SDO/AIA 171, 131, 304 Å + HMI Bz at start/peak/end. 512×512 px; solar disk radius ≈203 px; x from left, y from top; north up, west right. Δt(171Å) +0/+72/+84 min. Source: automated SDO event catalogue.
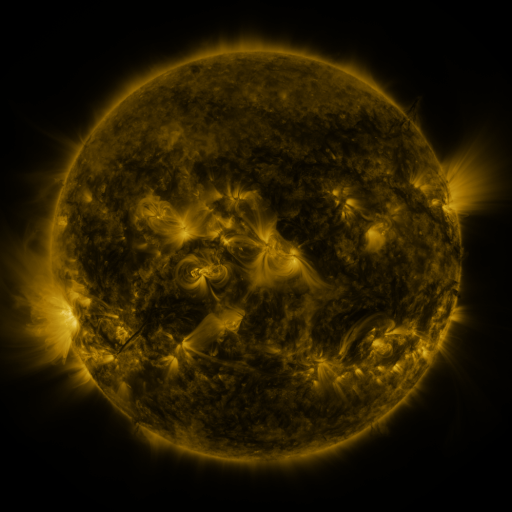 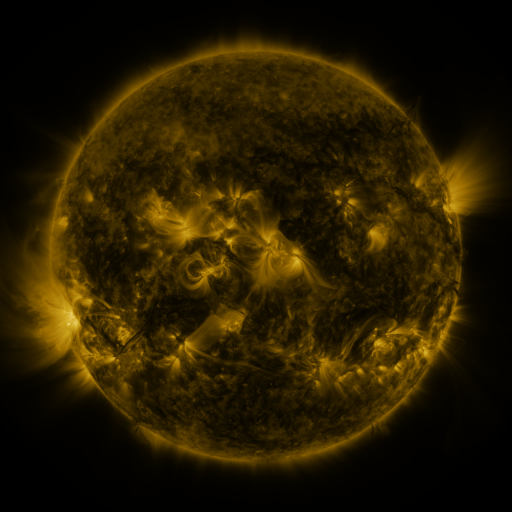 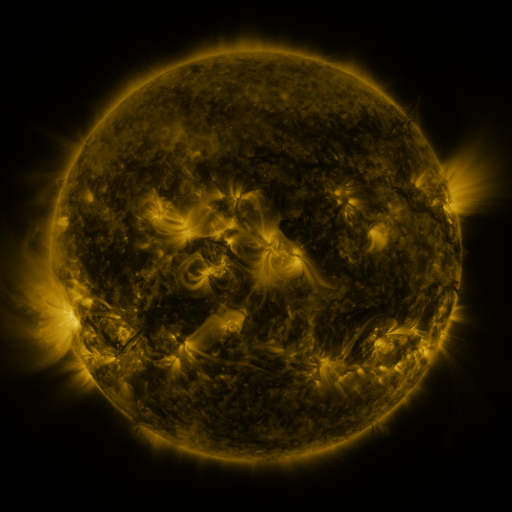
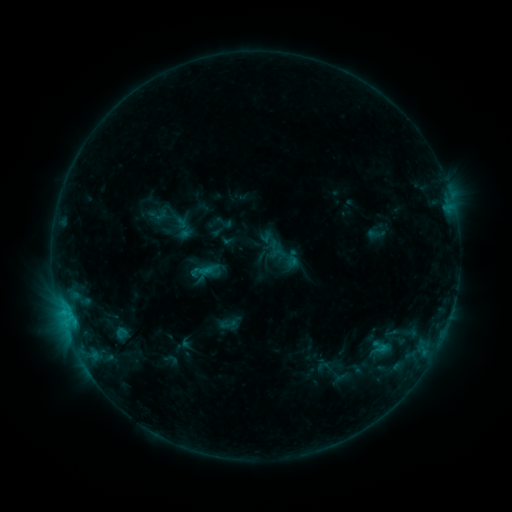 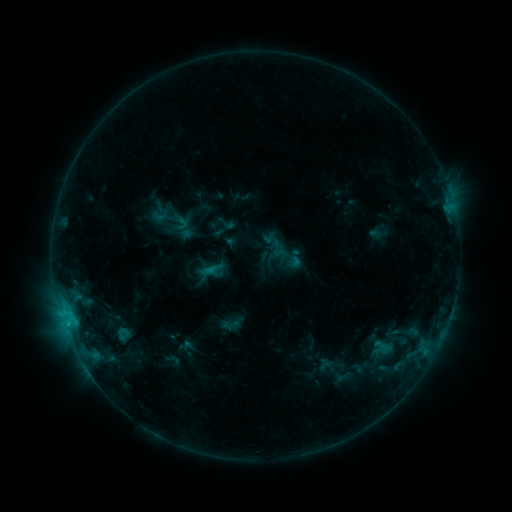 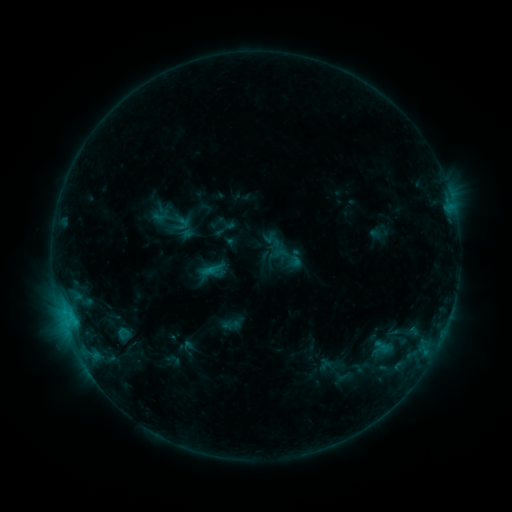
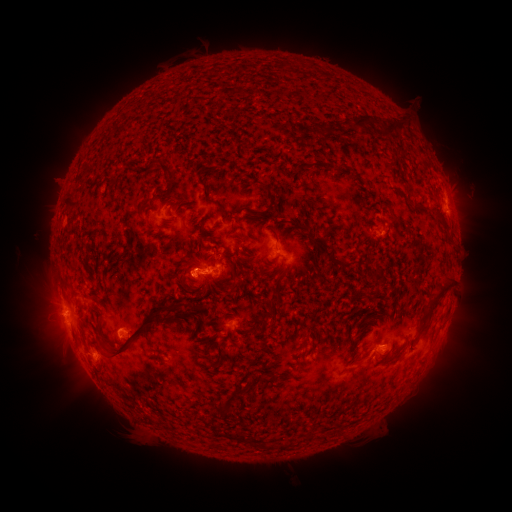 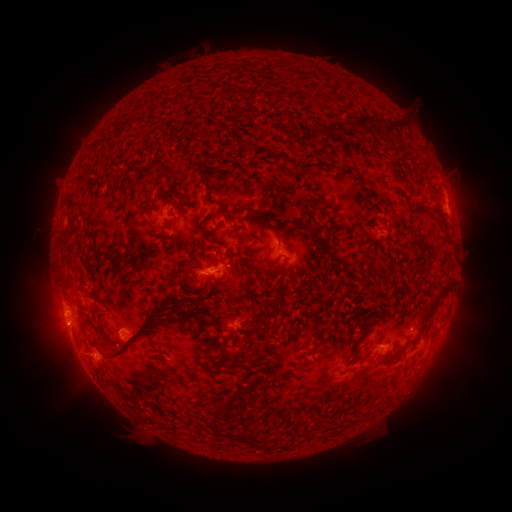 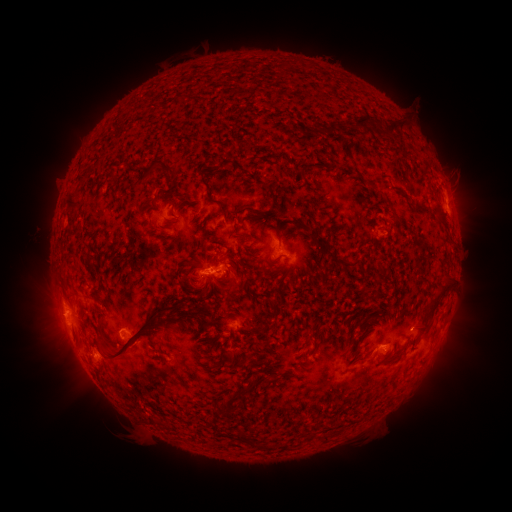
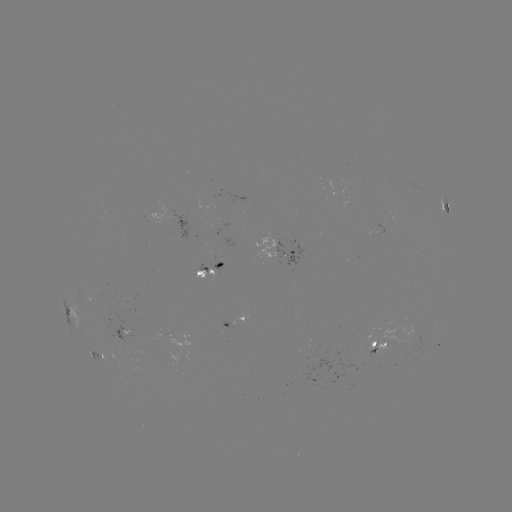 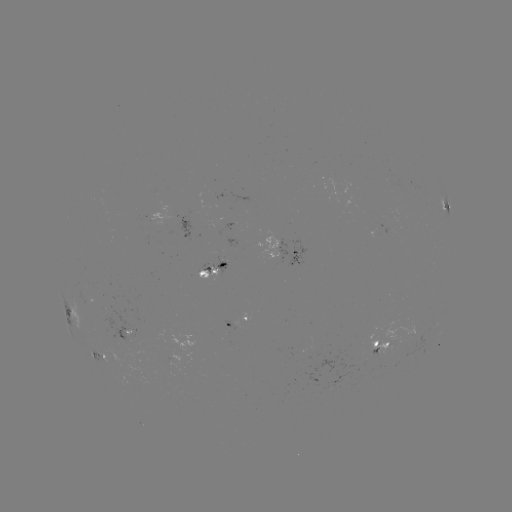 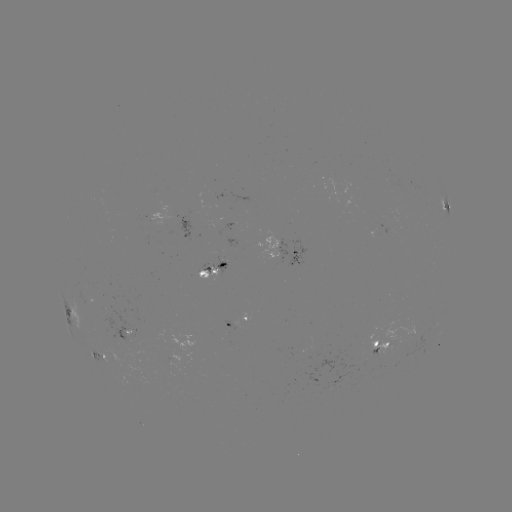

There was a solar emerging-flux region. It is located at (382, 344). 